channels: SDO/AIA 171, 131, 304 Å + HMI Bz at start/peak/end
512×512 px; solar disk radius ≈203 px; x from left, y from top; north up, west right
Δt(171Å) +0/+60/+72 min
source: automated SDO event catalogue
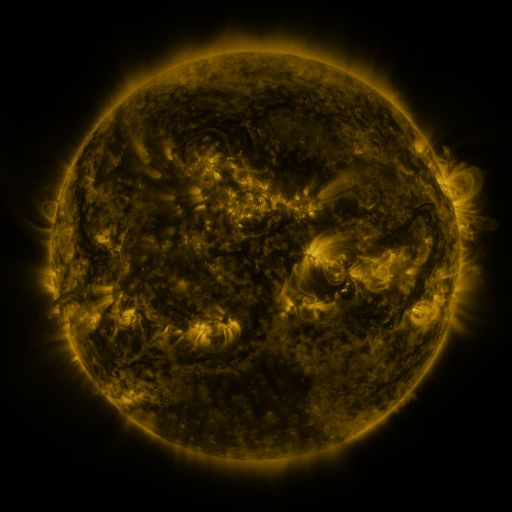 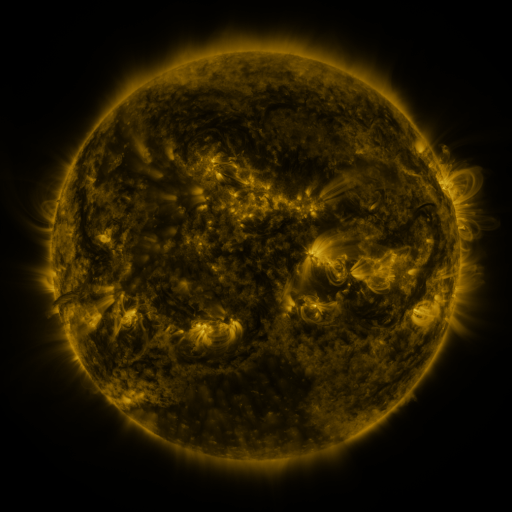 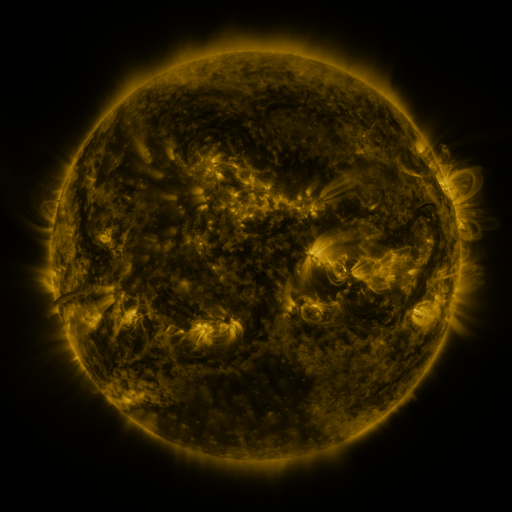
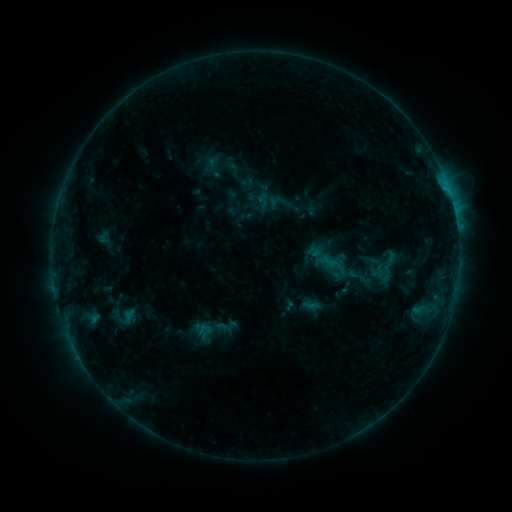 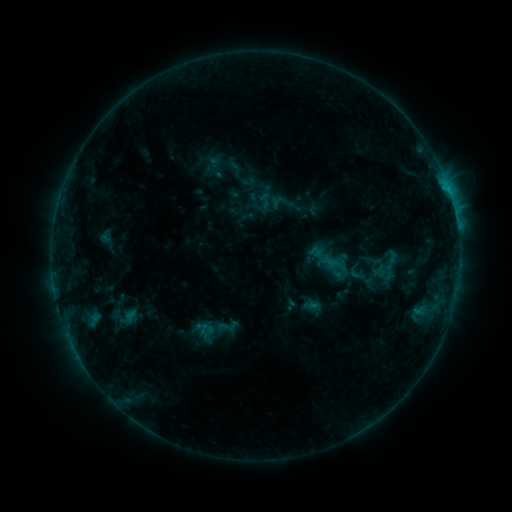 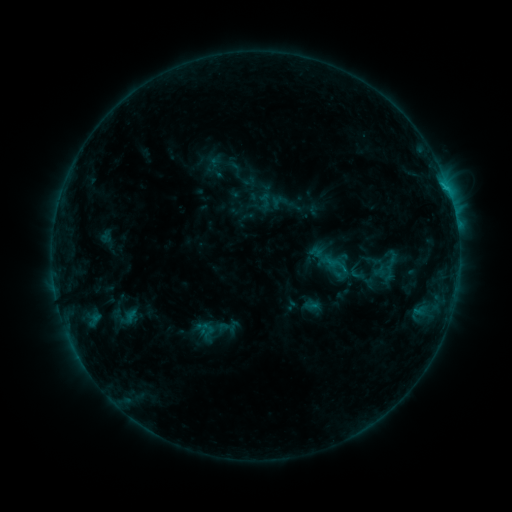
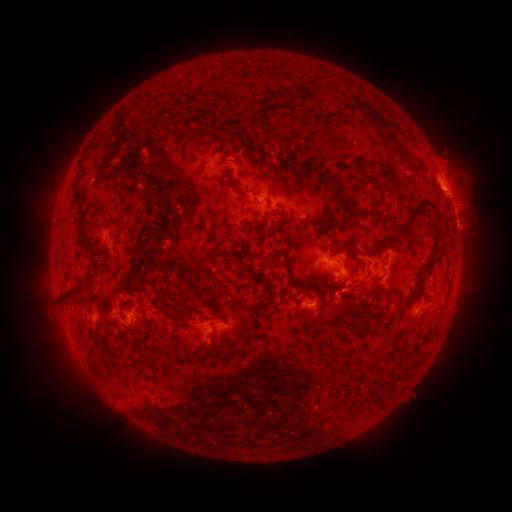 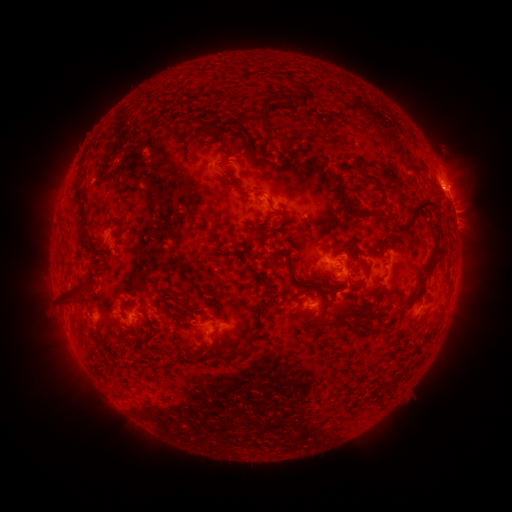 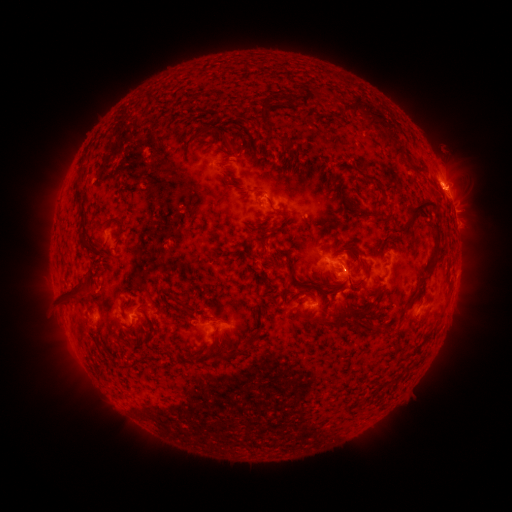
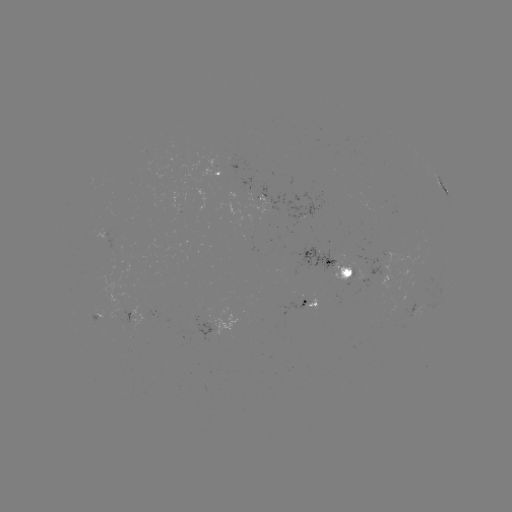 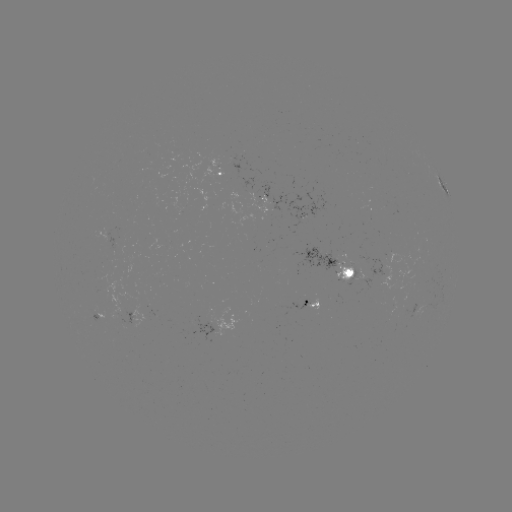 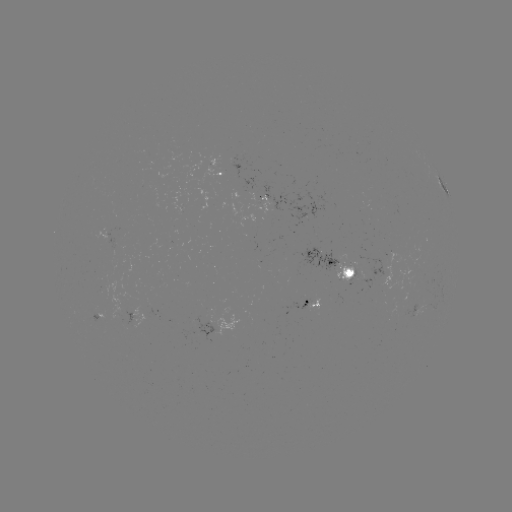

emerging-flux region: [187, 309, 216, 340]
